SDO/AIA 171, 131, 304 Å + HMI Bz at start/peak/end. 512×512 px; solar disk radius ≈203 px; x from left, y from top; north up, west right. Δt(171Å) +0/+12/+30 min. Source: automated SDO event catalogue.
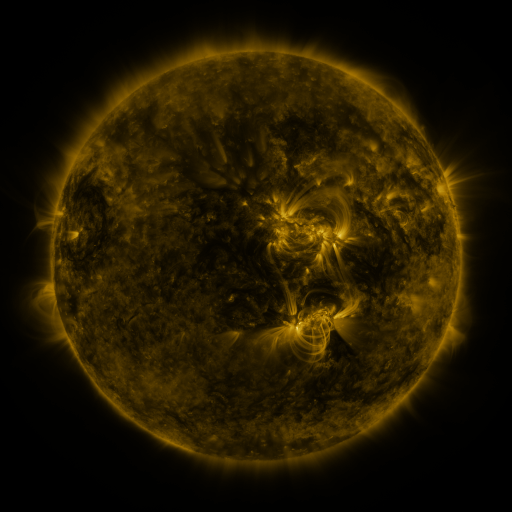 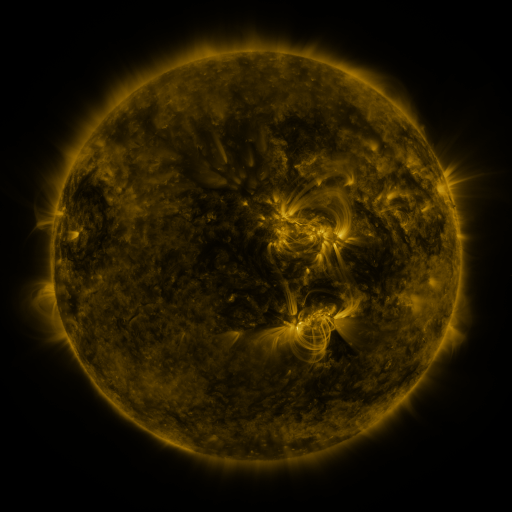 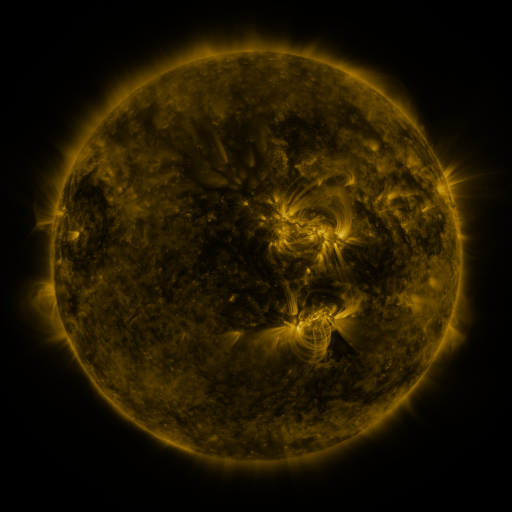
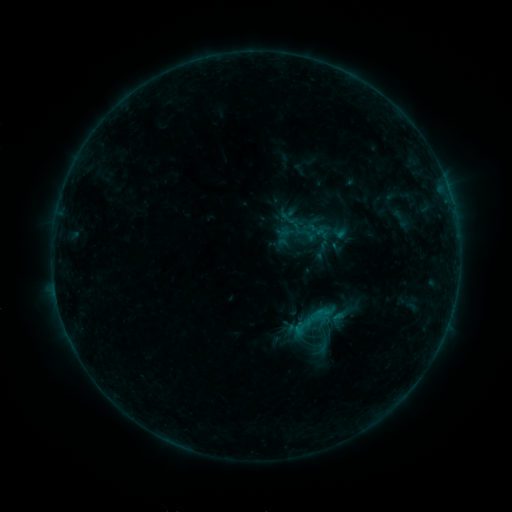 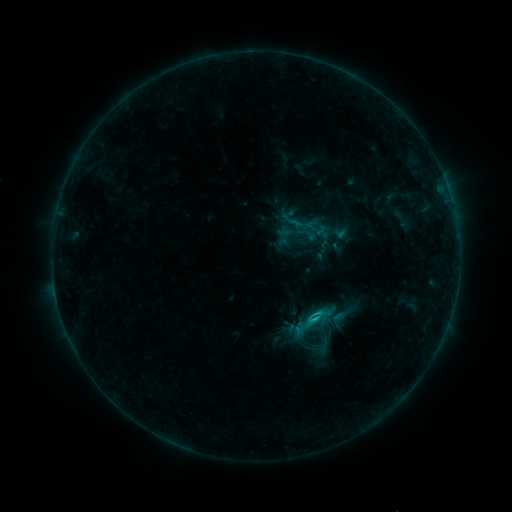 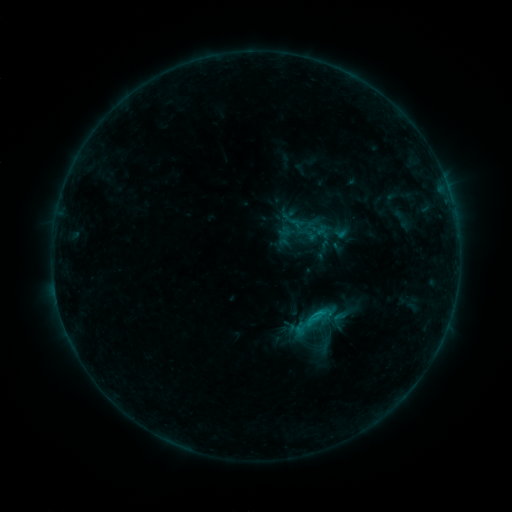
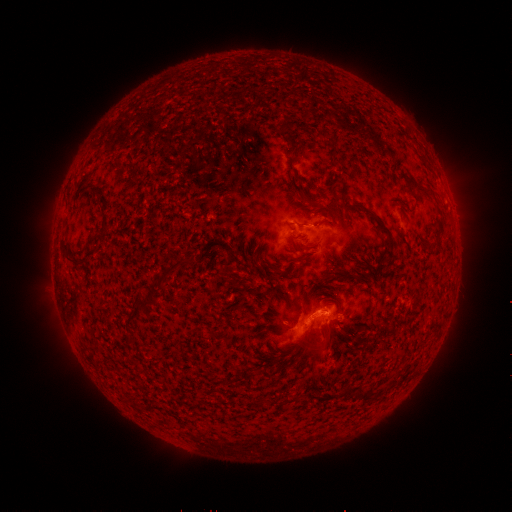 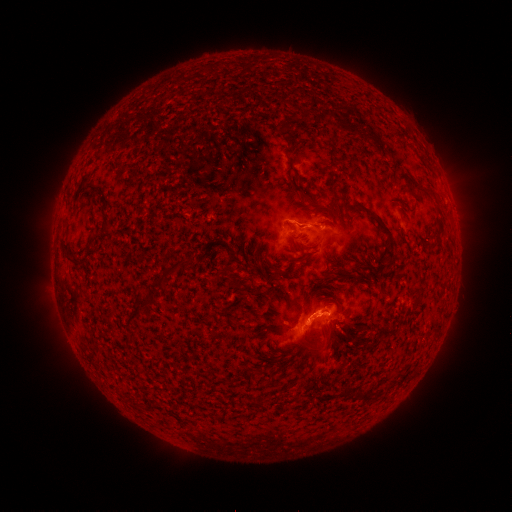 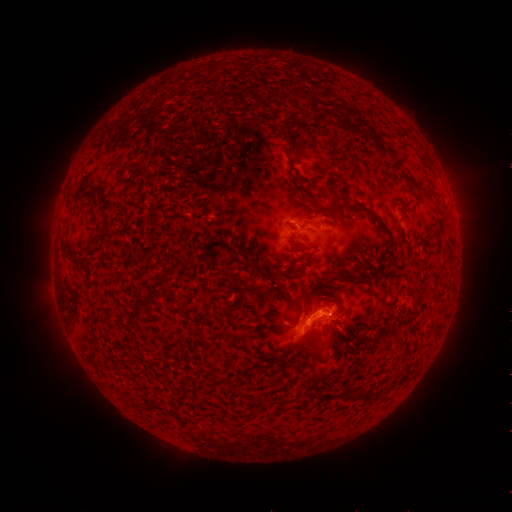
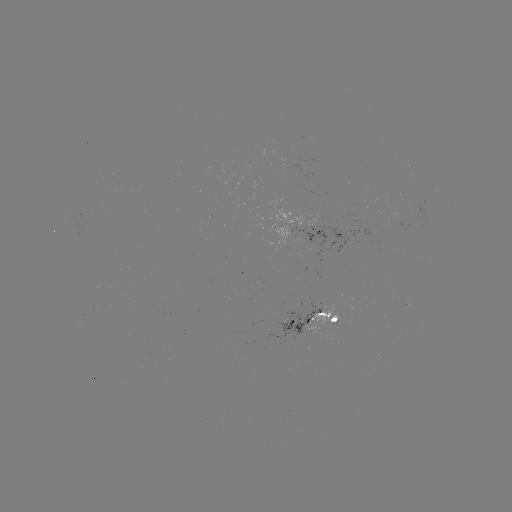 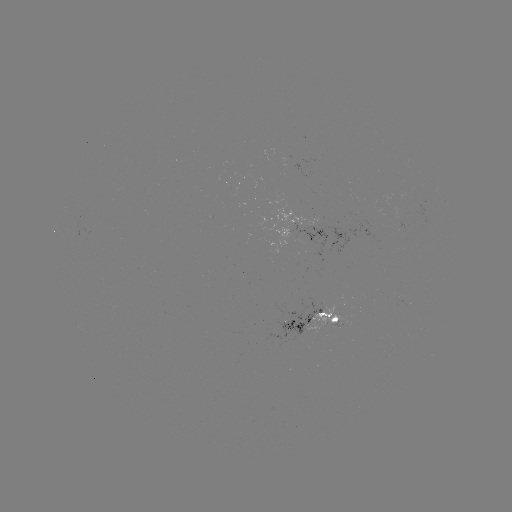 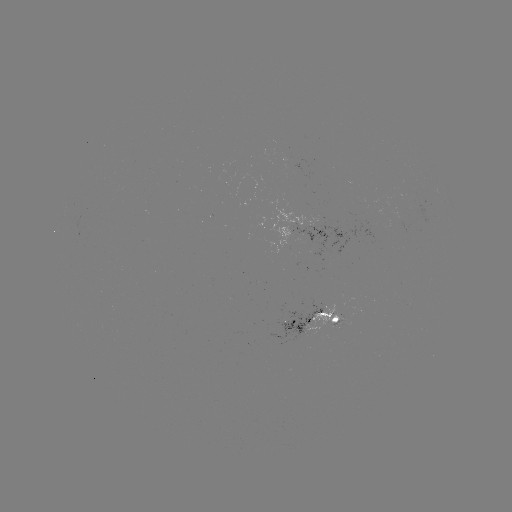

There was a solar flare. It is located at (315, 317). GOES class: C1.4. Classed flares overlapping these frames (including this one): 1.